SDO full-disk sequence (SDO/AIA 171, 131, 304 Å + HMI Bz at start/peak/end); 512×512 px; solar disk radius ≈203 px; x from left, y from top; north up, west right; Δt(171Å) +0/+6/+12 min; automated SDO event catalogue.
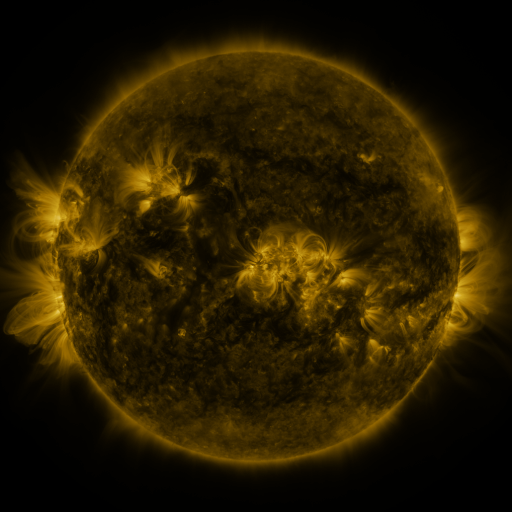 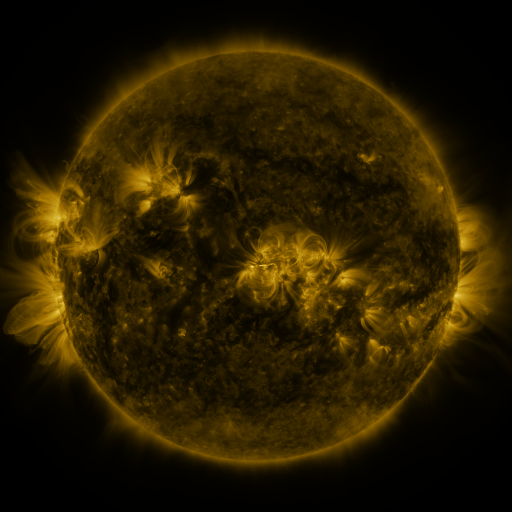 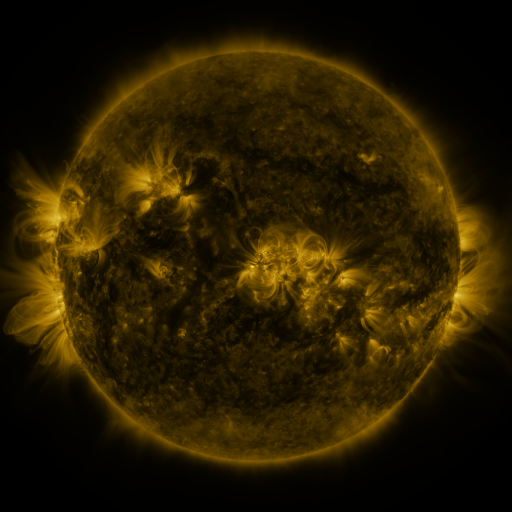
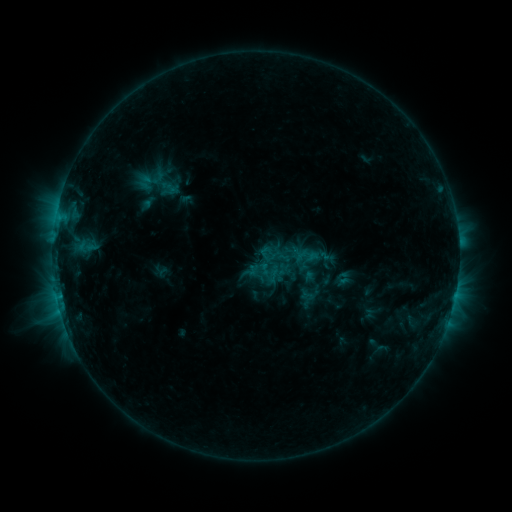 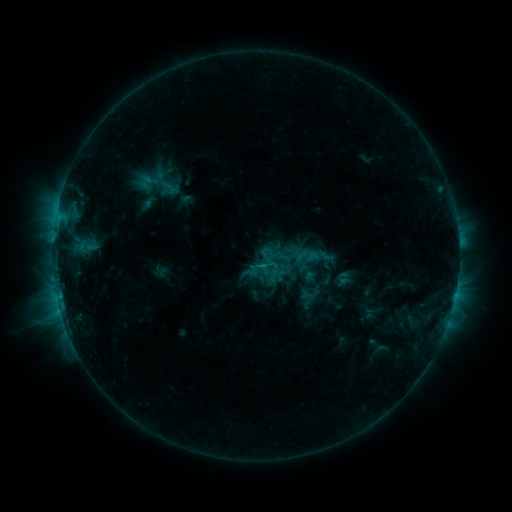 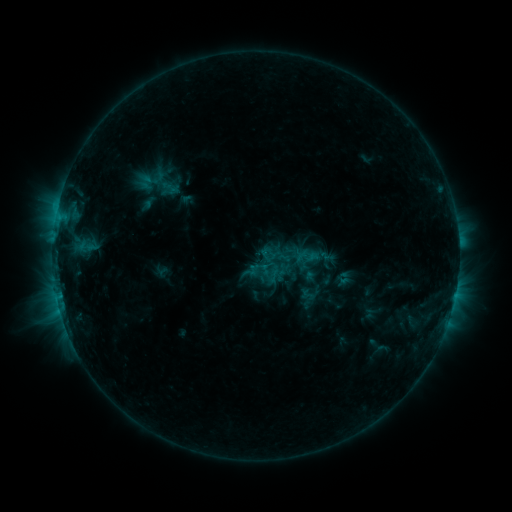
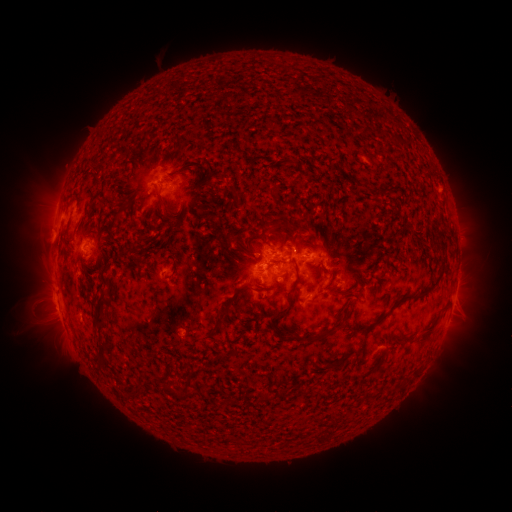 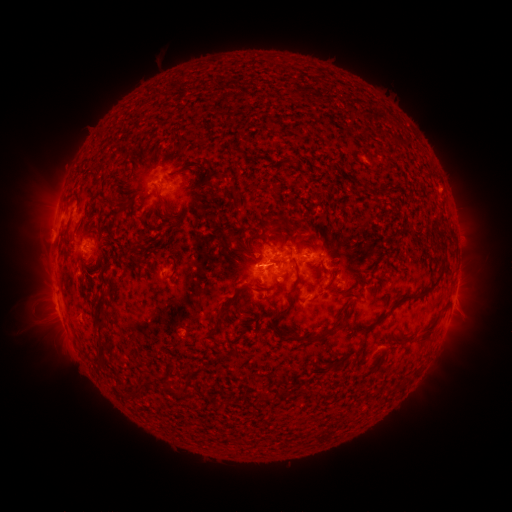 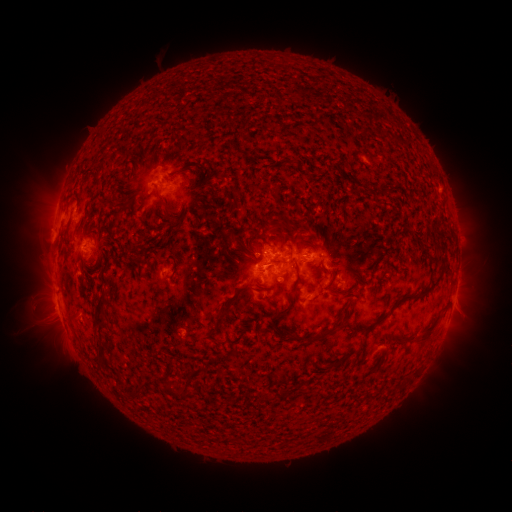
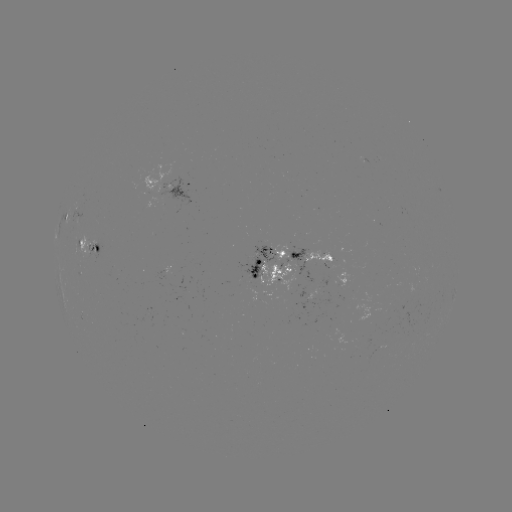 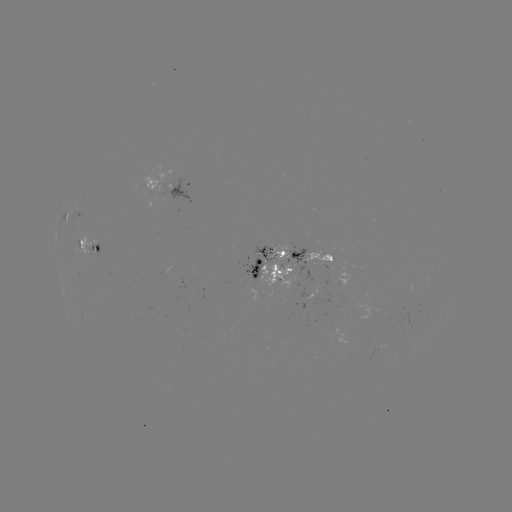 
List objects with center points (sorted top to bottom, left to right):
C1.0 flare: (259, 266)
